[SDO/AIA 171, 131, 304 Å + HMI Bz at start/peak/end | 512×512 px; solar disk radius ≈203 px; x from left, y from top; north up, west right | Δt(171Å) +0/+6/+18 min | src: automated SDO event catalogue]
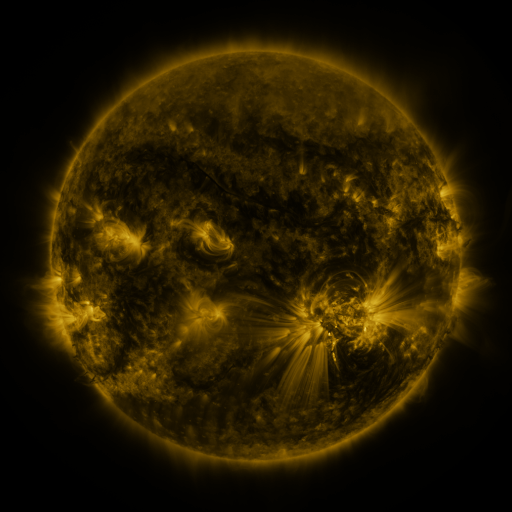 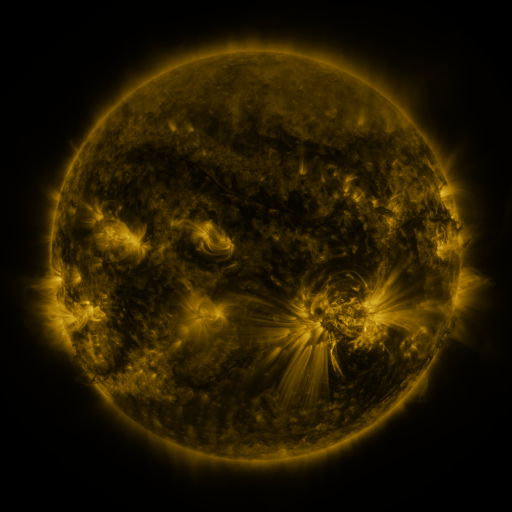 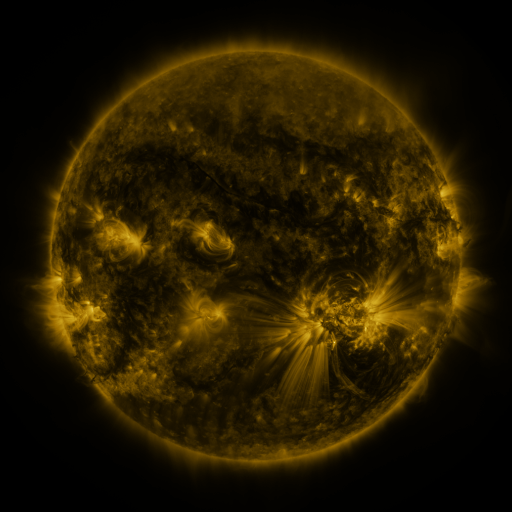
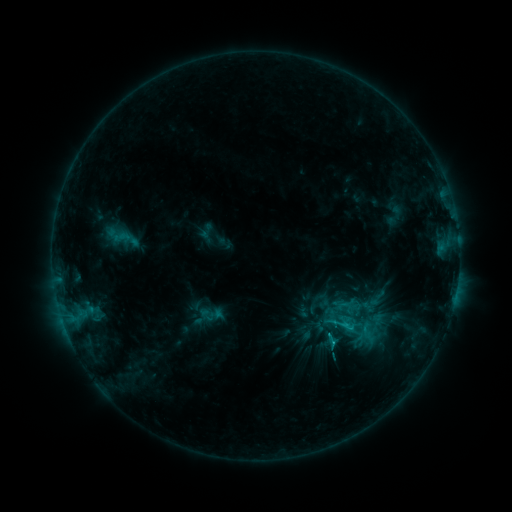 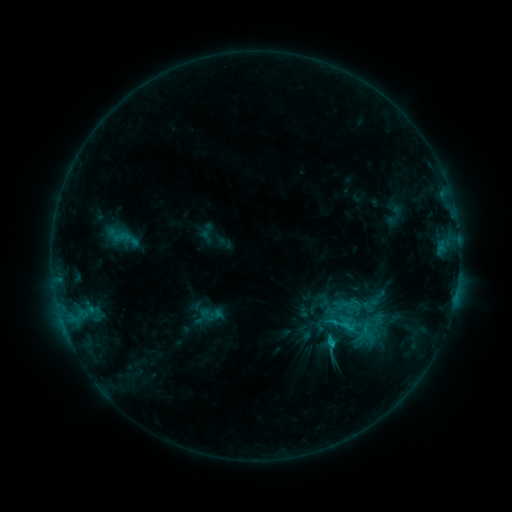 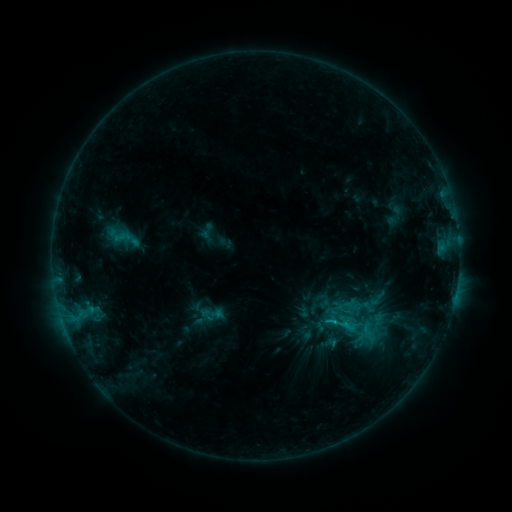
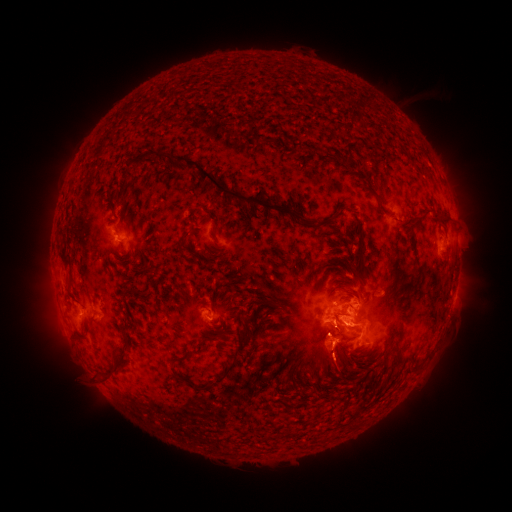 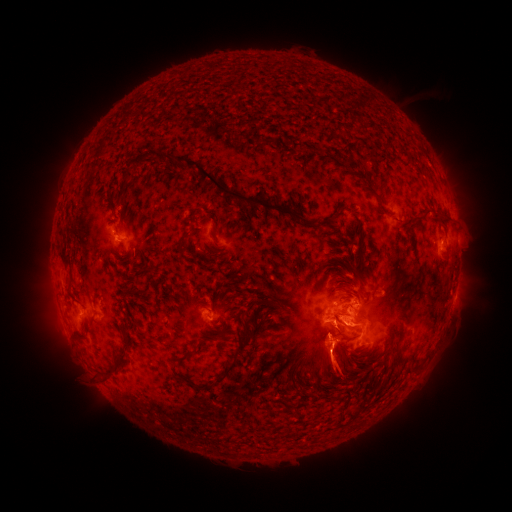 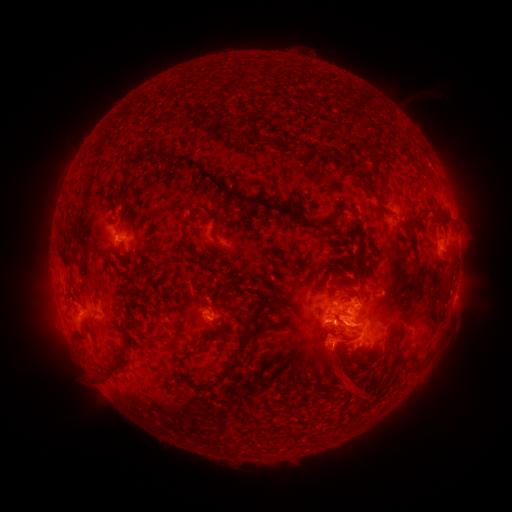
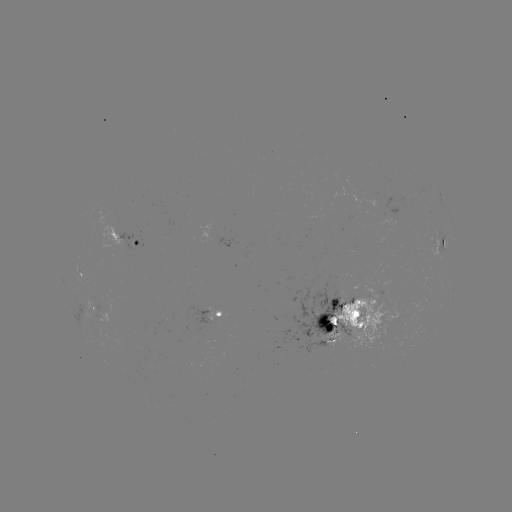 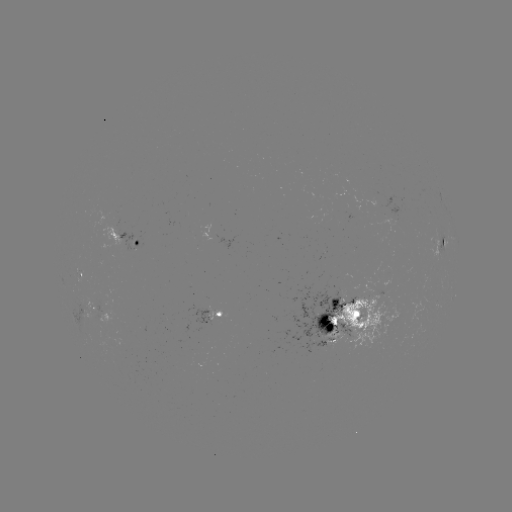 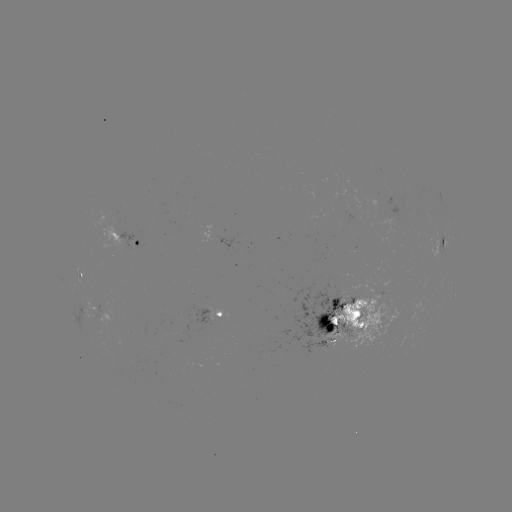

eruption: [304, 322, 364, 397]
